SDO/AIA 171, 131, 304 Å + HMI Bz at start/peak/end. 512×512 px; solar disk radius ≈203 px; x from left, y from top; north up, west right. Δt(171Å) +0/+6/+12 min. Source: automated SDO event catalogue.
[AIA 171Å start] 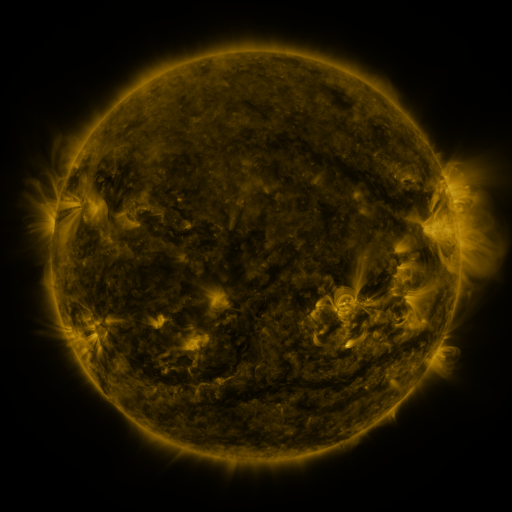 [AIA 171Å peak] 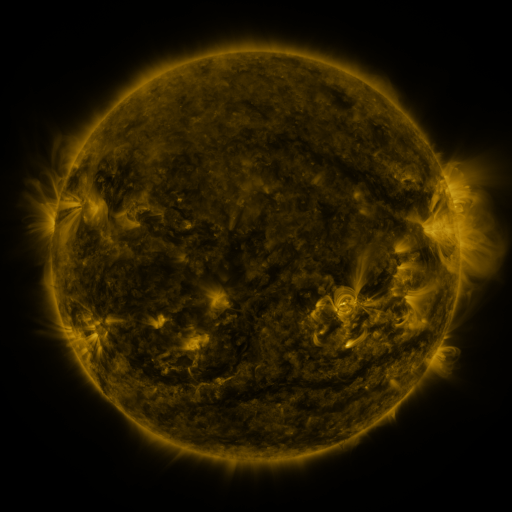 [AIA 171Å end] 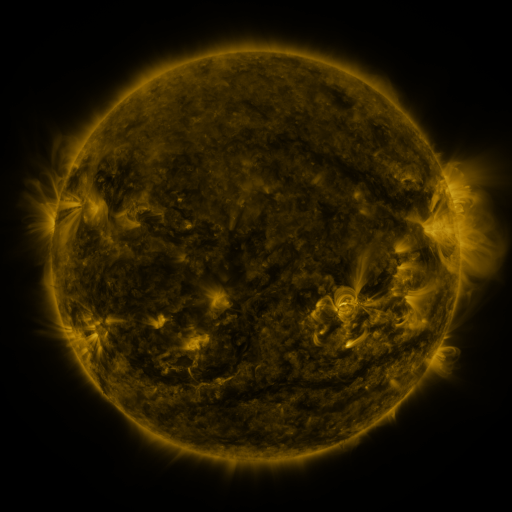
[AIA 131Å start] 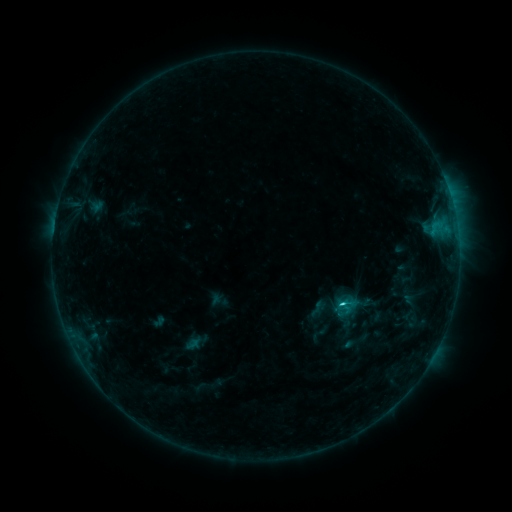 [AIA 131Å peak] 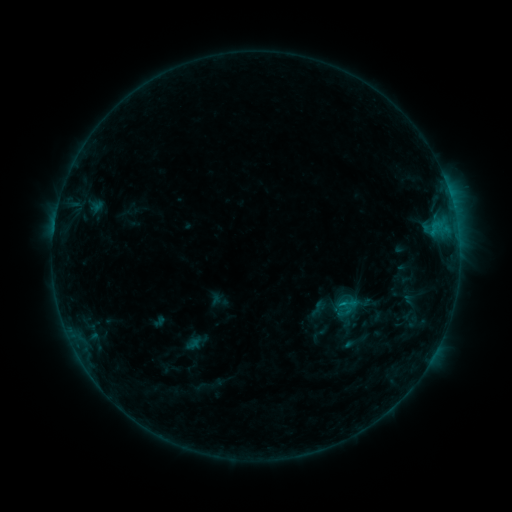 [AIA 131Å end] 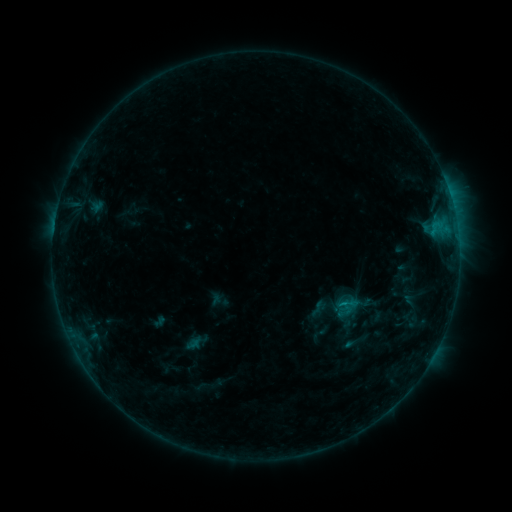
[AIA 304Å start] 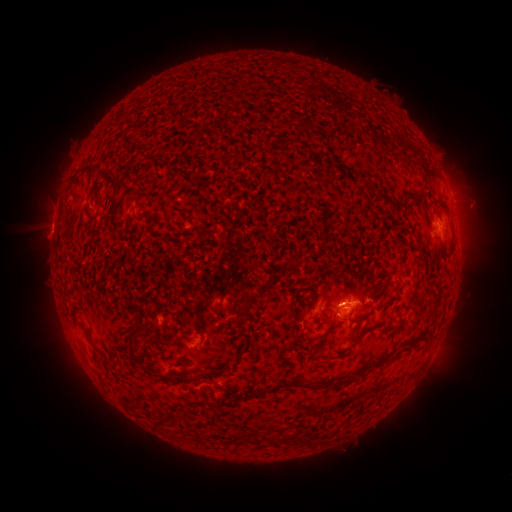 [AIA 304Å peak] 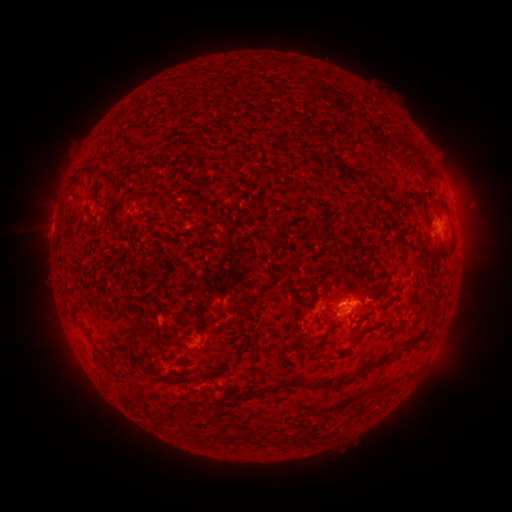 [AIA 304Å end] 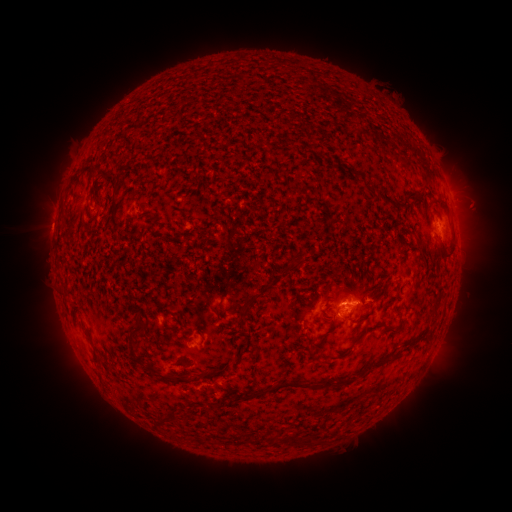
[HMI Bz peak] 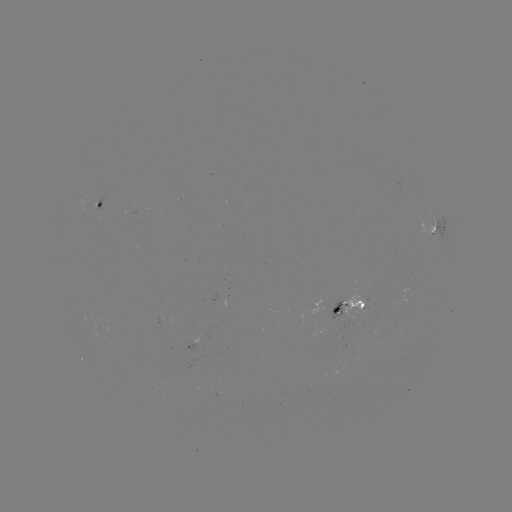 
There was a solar eruption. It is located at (350, 326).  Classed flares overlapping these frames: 1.